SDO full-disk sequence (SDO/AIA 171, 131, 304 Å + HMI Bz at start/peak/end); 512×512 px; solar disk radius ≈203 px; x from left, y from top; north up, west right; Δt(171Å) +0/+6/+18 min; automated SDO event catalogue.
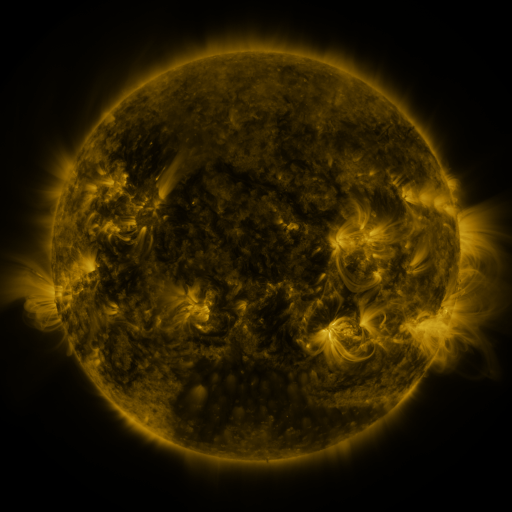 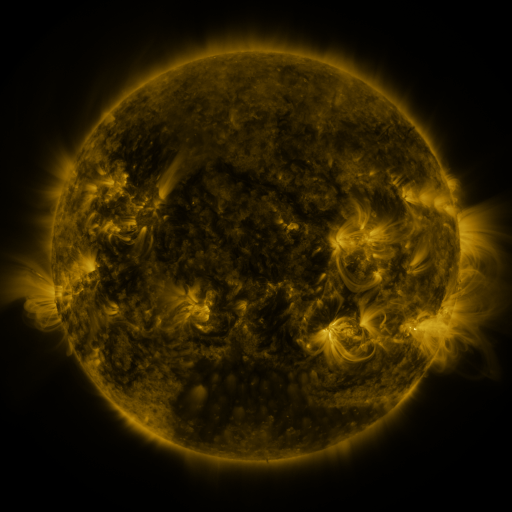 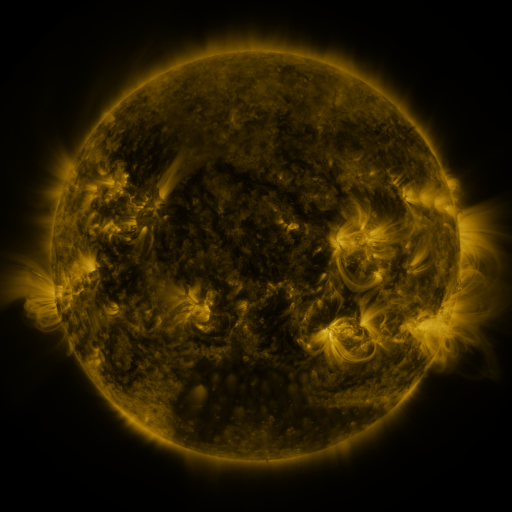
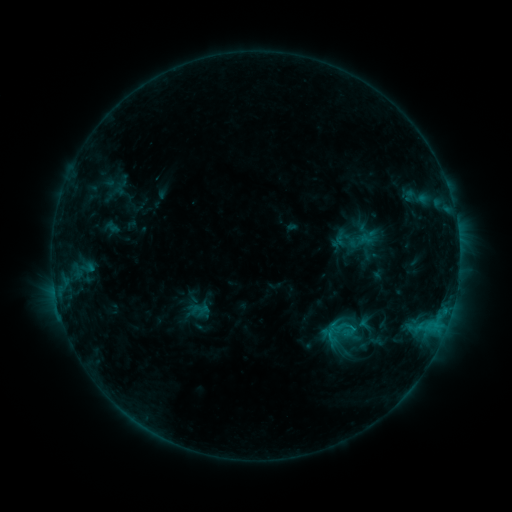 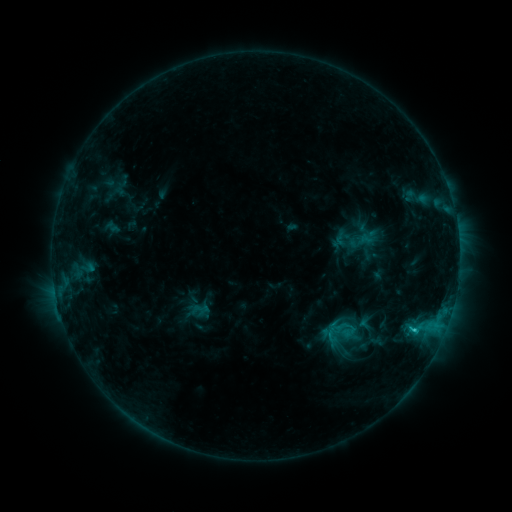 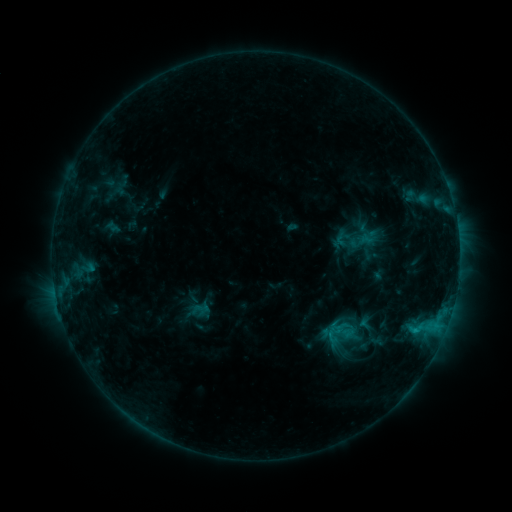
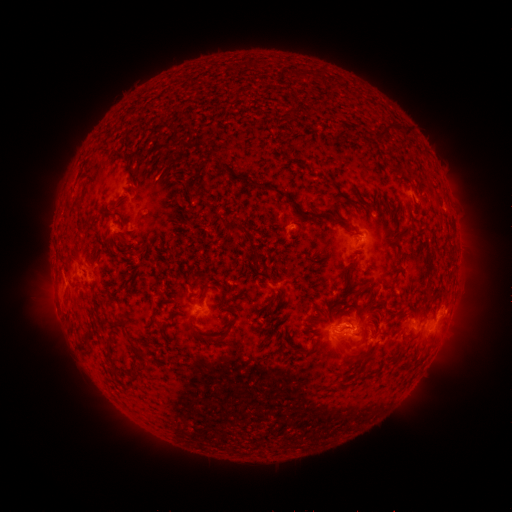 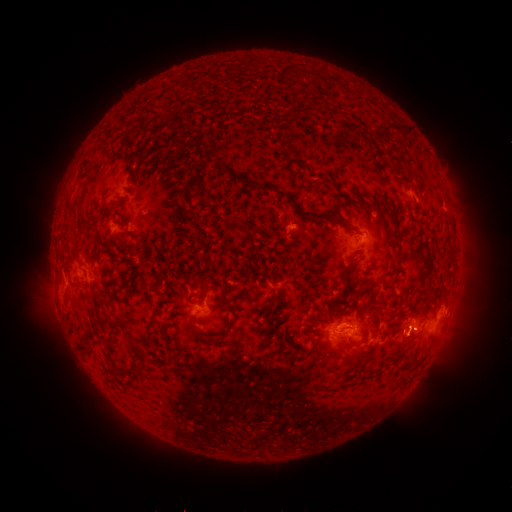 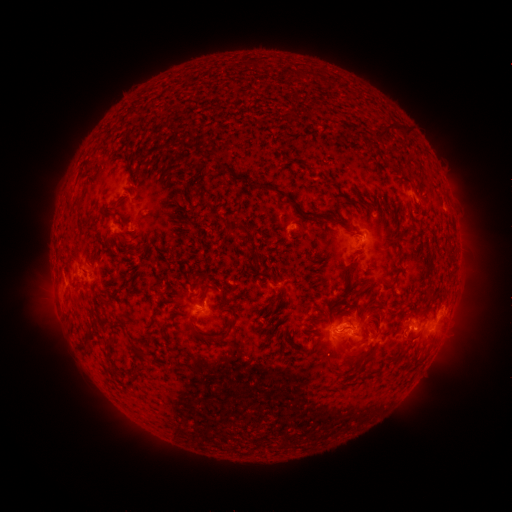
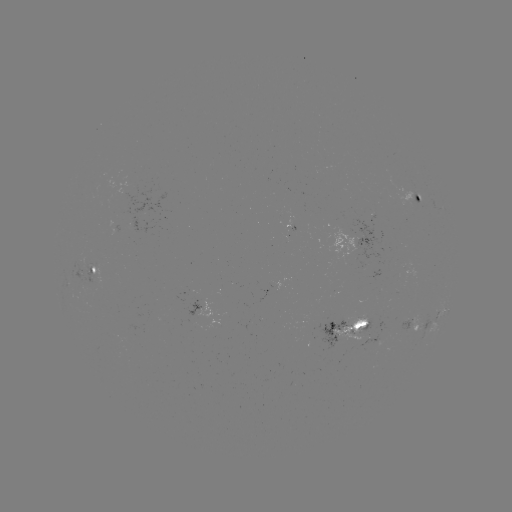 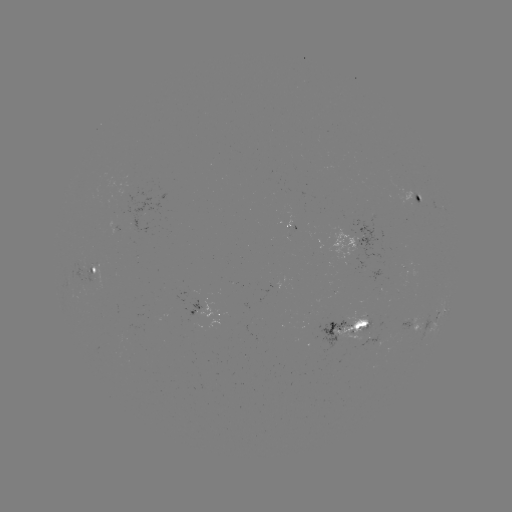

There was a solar flare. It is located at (413, 329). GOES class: C1.4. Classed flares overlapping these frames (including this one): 1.